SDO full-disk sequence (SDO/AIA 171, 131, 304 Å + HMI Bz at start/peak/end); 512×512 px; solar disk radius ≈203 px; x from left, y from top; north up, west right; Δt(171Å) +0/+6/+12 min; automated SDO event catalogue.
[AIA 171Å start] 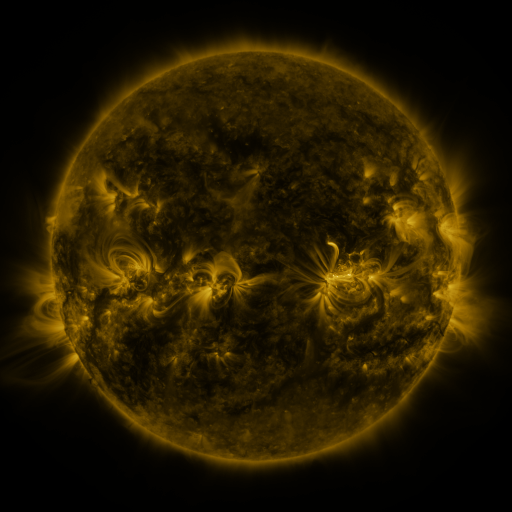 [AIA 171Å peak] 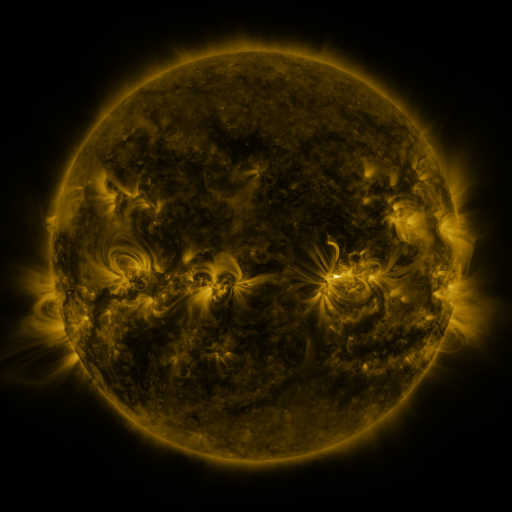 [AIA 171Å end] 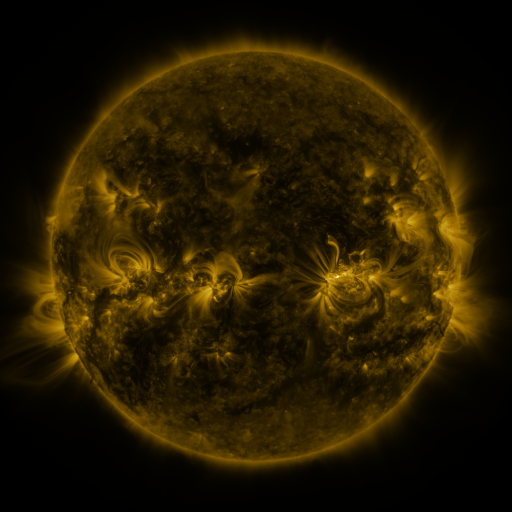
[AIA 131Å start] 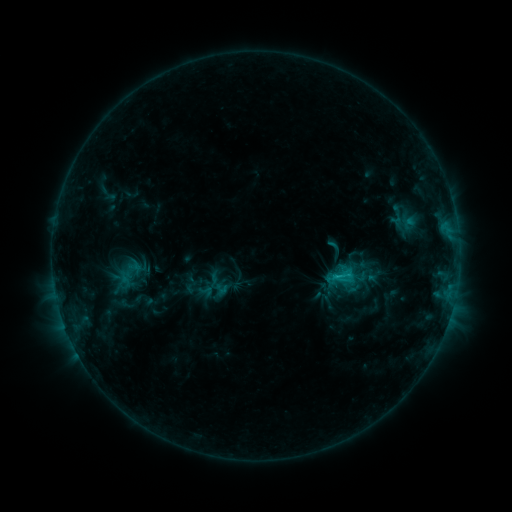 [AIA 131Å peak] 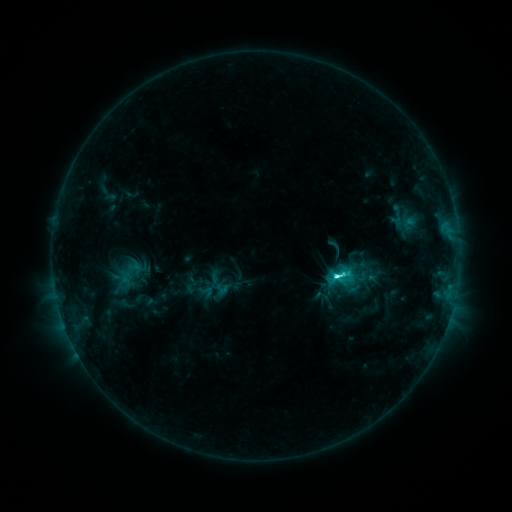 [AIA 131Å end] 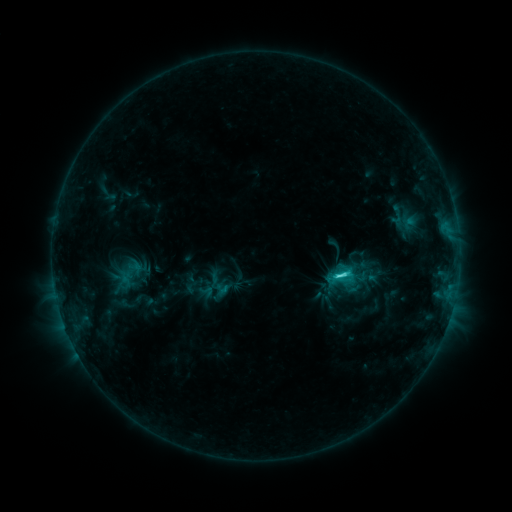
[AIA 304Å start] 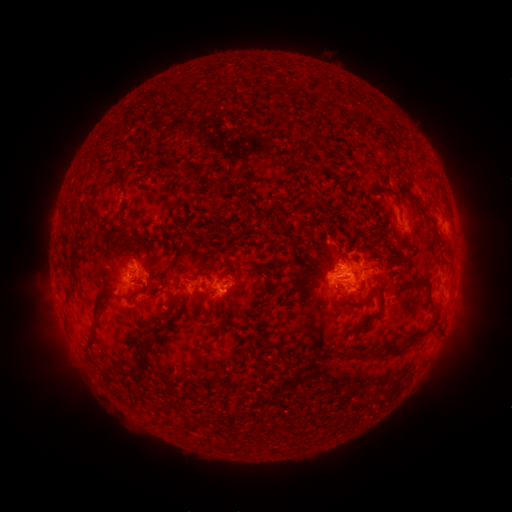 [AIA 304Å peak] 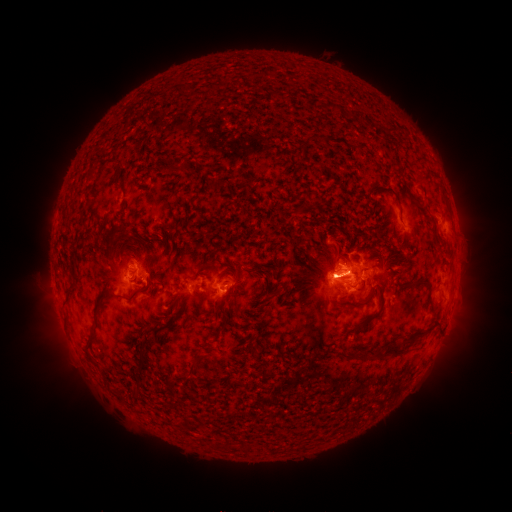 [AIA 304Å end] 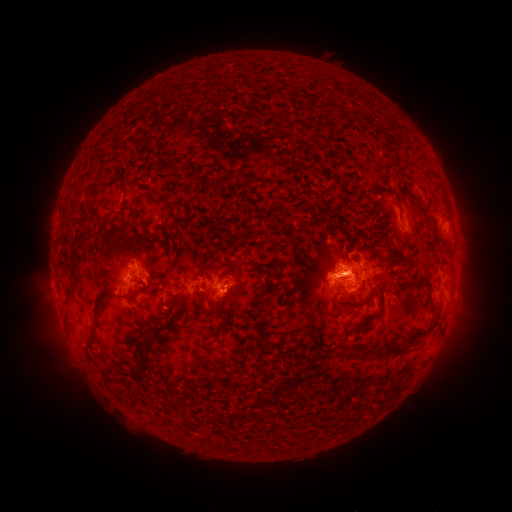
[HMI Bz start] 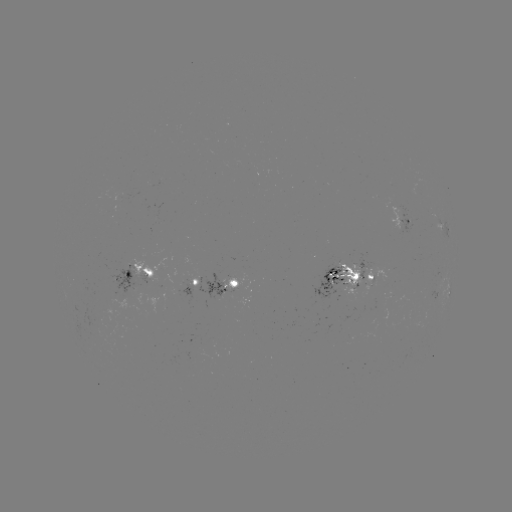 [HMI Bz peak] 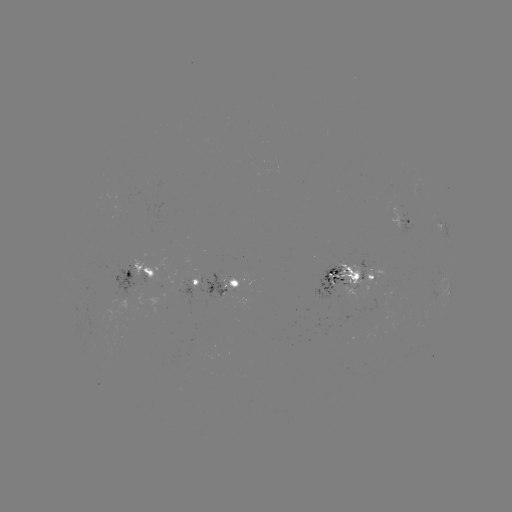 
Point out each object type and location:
C6.6 flare: (337, 273)
